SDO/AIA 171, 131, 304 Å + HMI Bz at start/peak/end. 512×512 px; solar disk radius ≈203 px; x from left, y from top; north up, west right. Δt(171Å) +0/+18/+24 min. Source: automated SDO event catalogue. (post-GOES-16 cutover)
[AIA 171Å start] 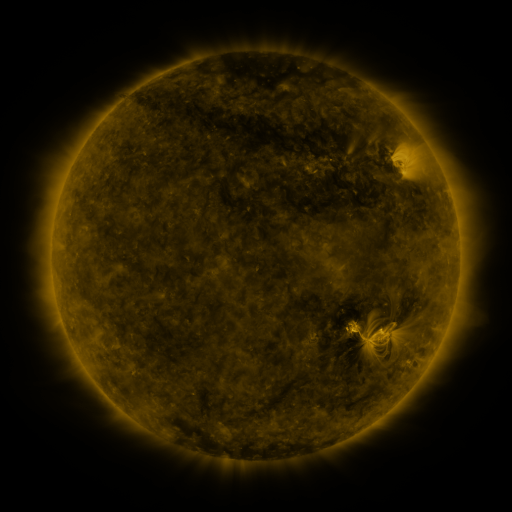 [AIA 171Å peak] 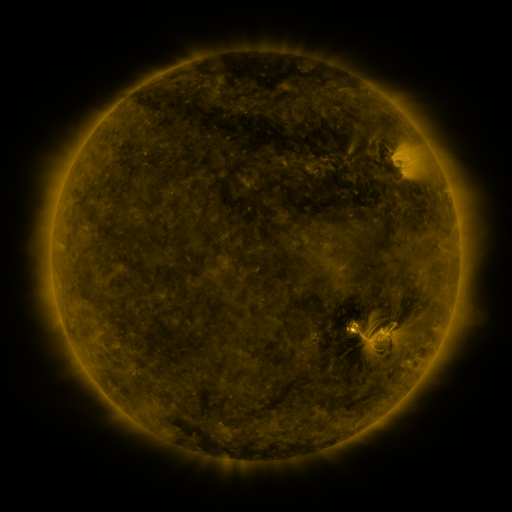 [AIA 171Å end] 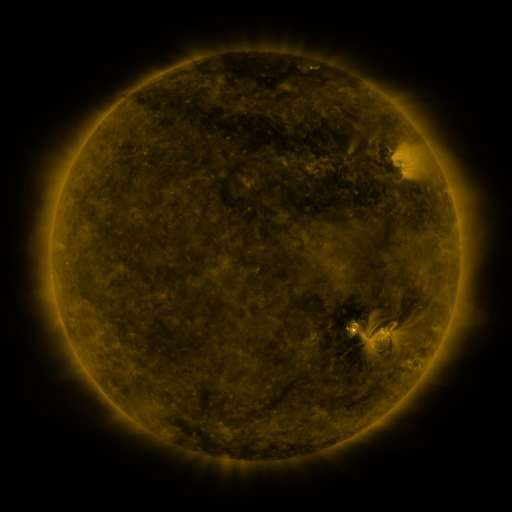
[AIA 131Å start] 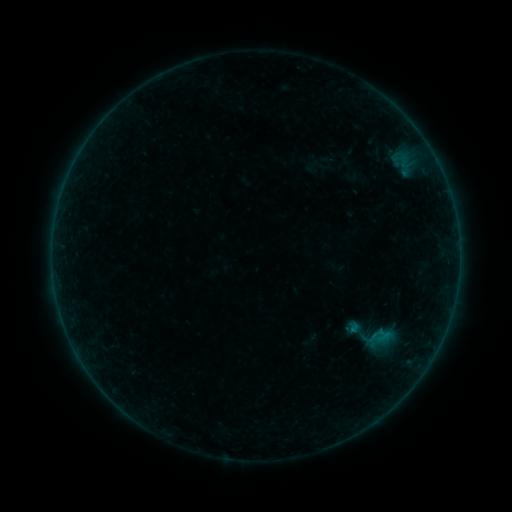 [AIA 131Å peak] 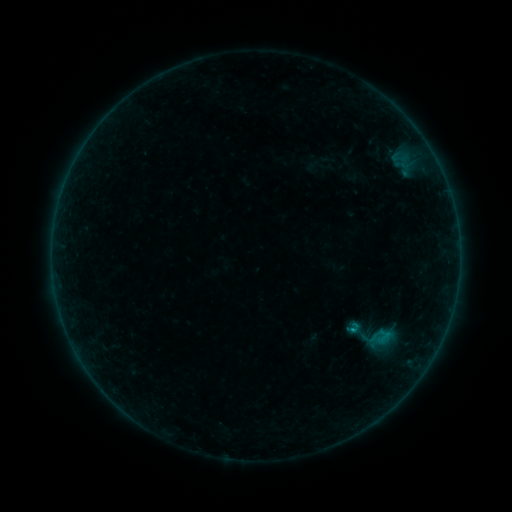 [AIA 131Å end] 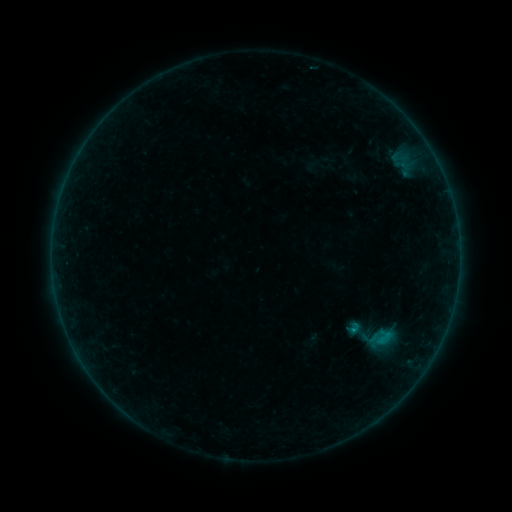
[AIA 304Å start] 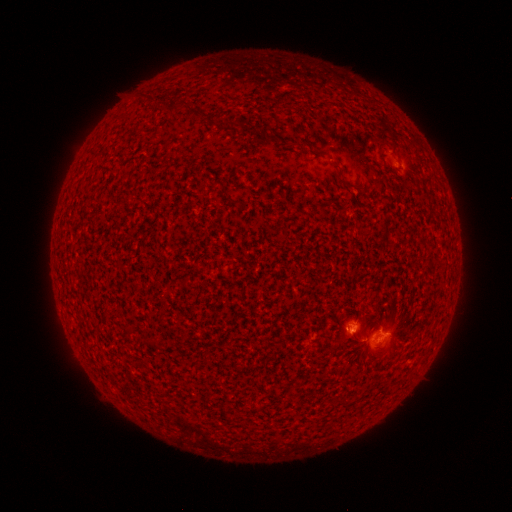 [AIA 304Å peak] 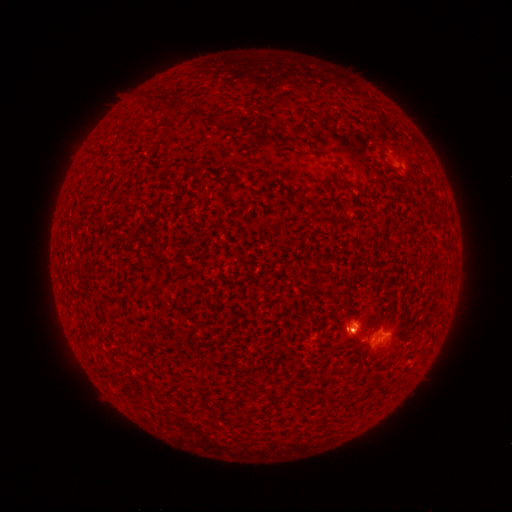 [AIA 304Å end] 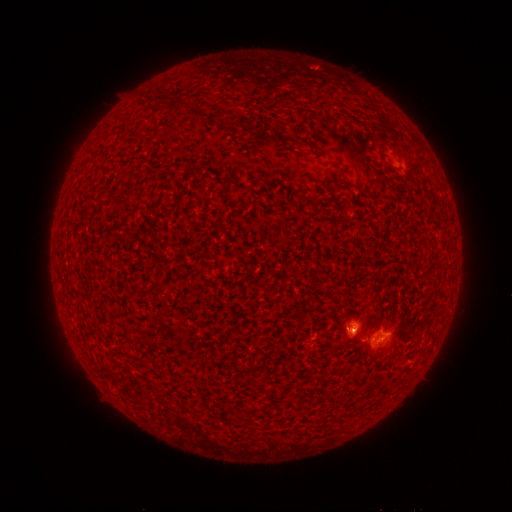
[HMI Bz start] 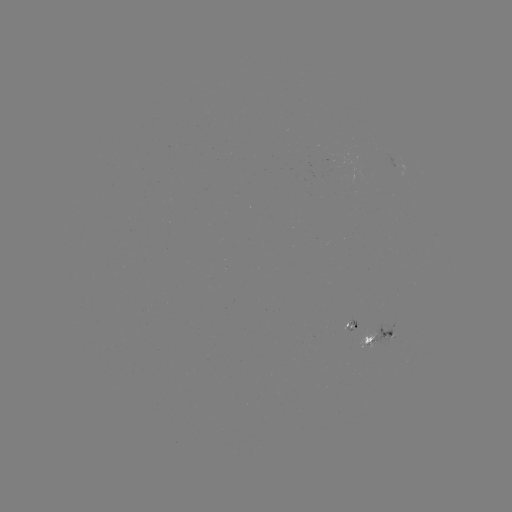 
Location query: B5.5 flare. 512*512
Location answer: [353, 329].